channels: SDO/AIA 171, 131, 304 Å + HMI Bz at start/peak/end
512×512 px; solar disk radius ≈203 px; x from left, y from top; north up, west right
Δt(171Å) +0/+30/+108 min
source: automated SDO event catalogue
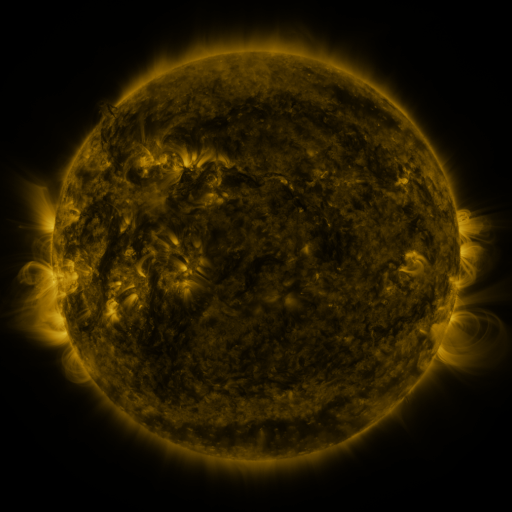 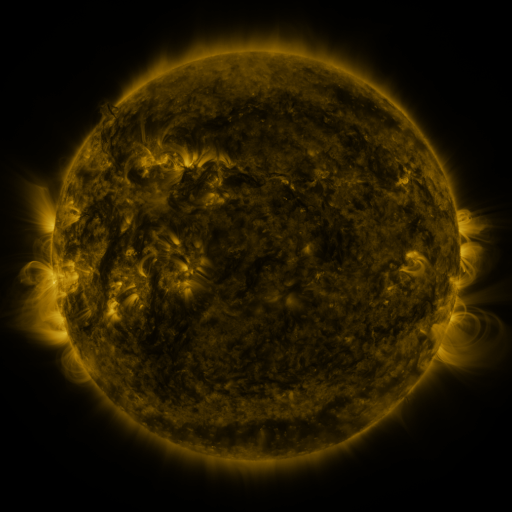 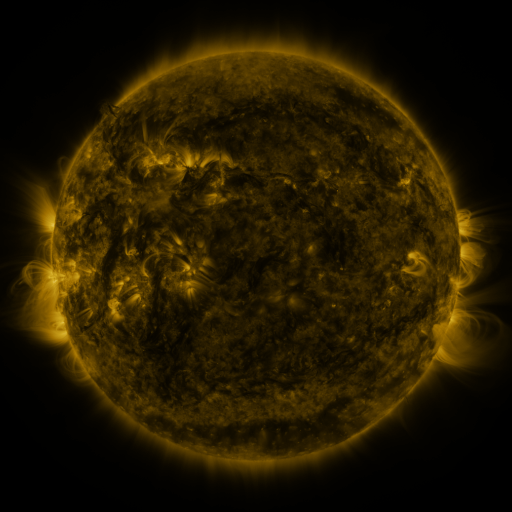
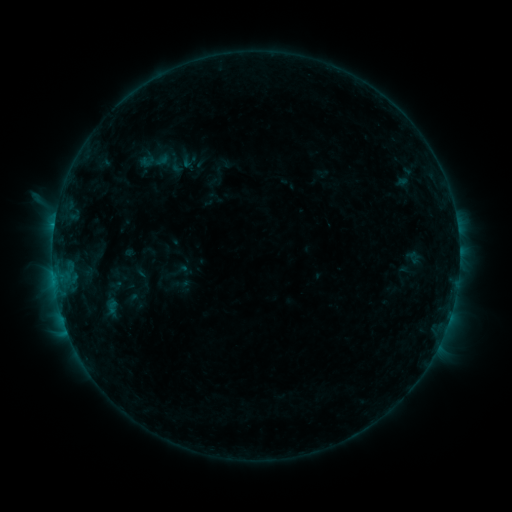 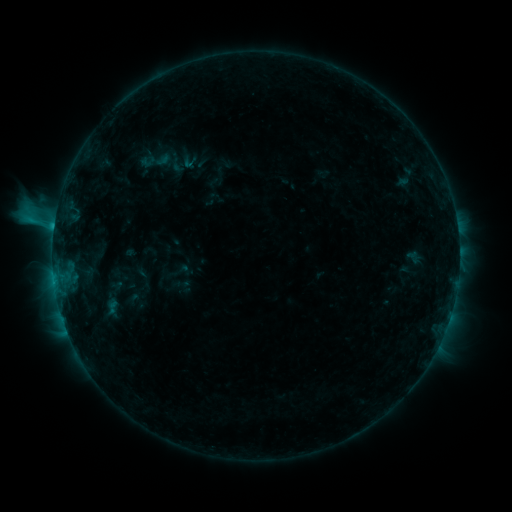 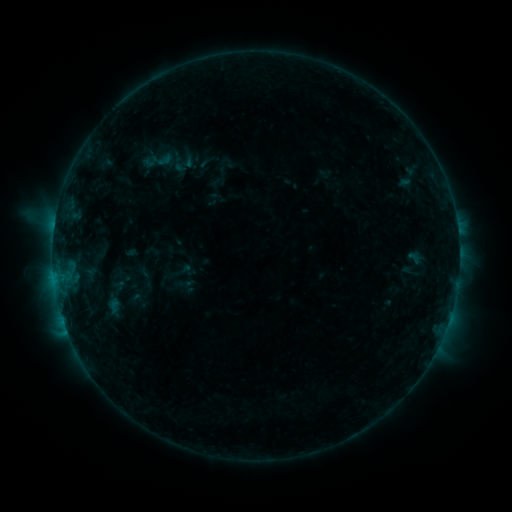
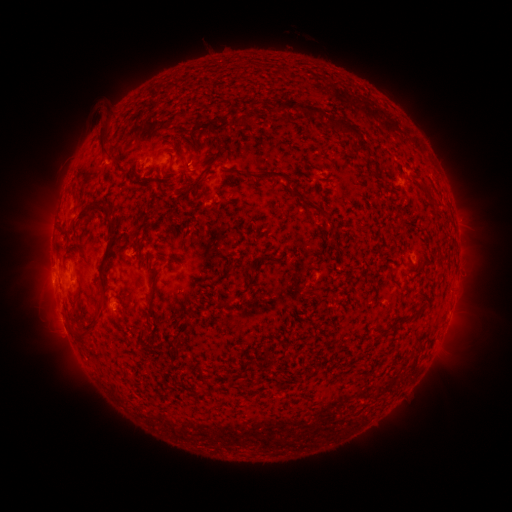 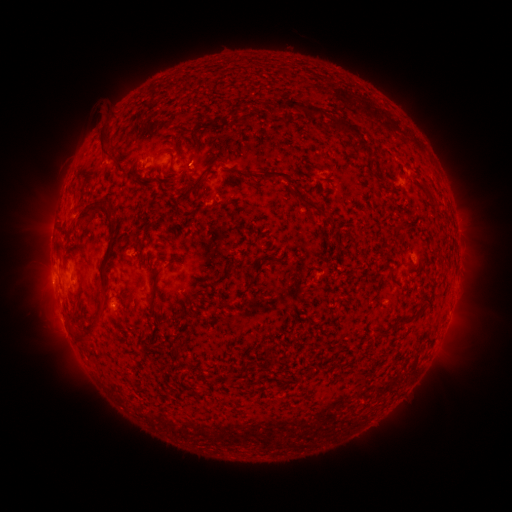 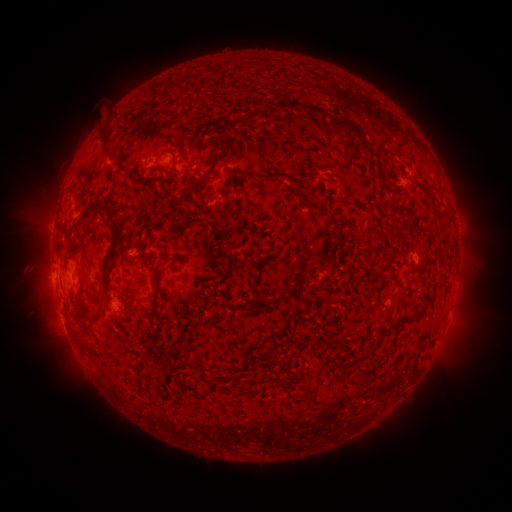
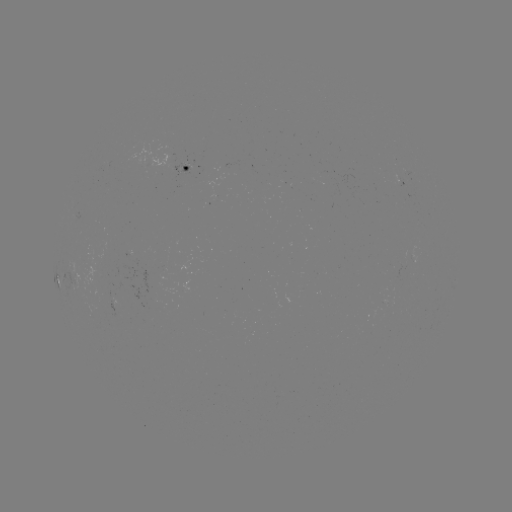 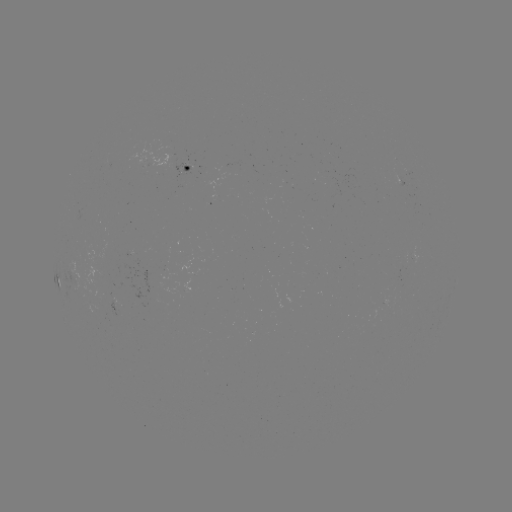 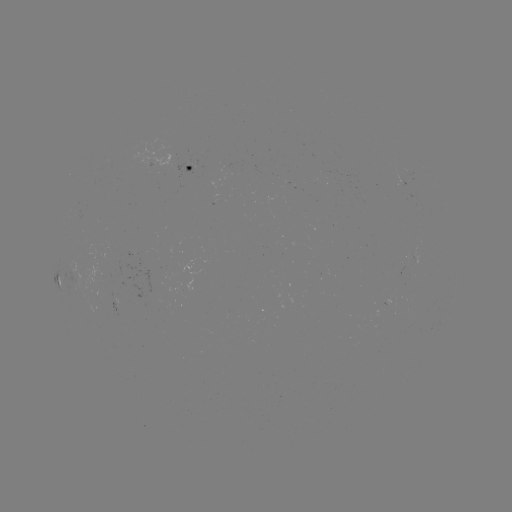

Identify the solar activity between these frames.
C1.7 flare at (193, 167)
